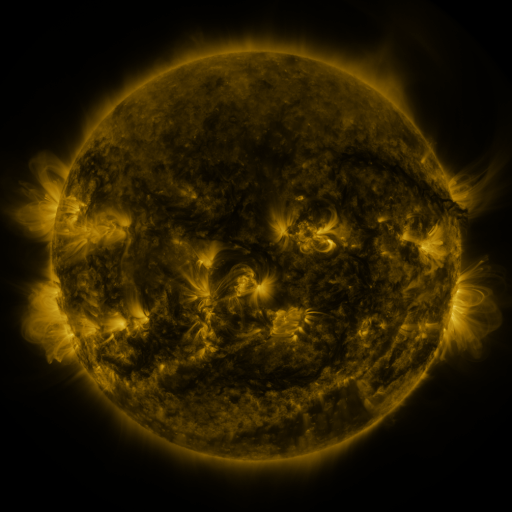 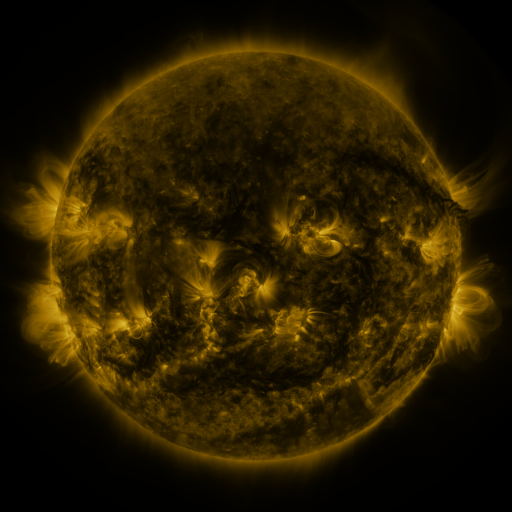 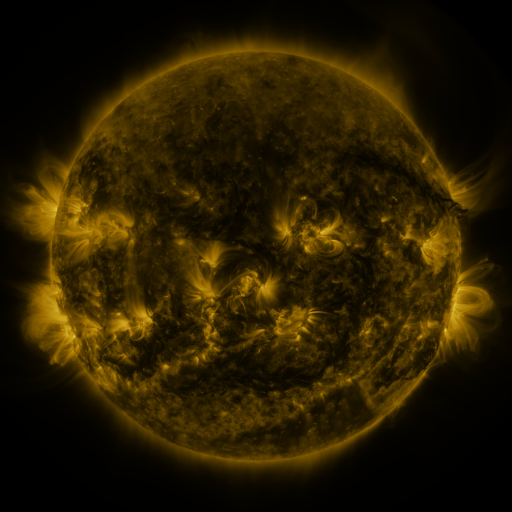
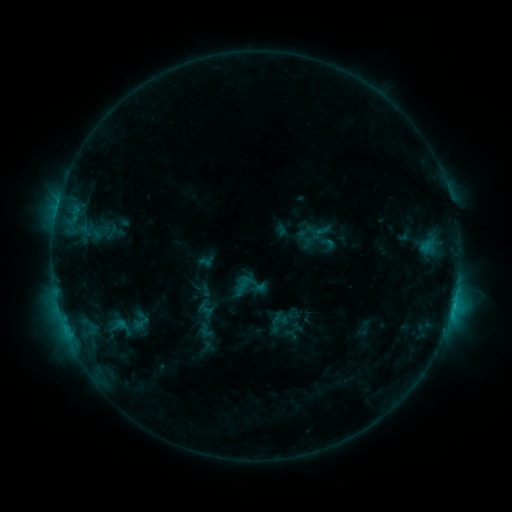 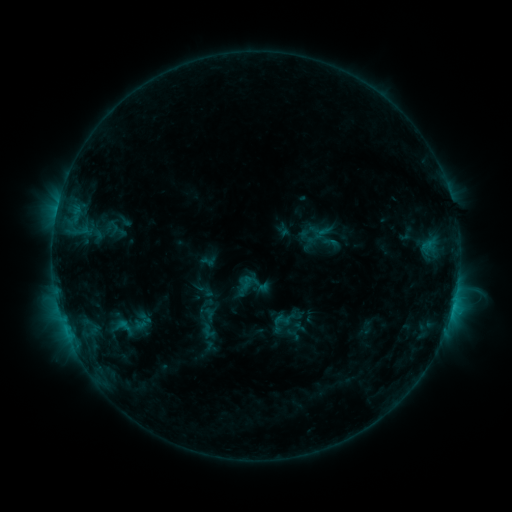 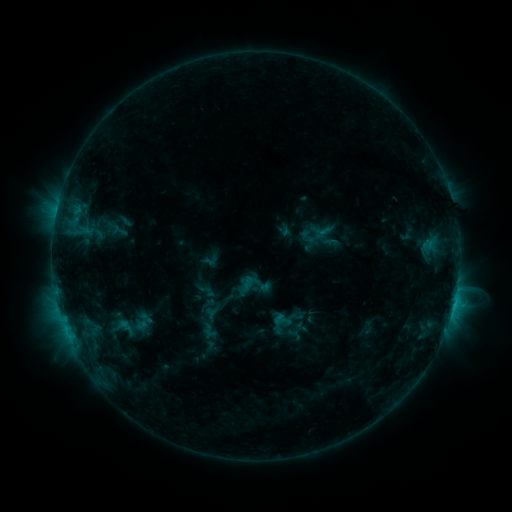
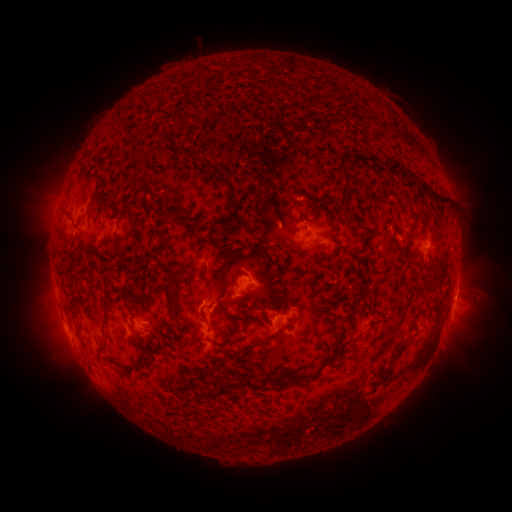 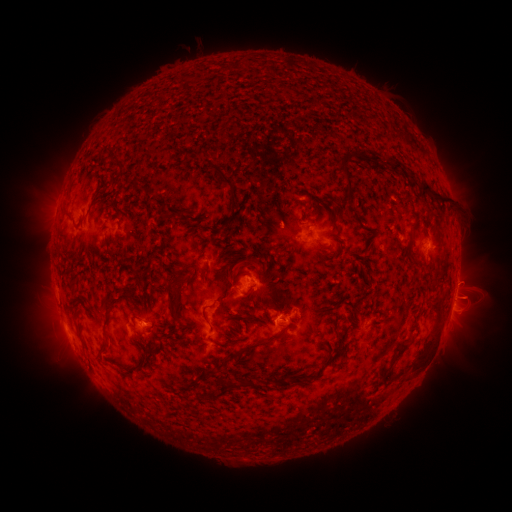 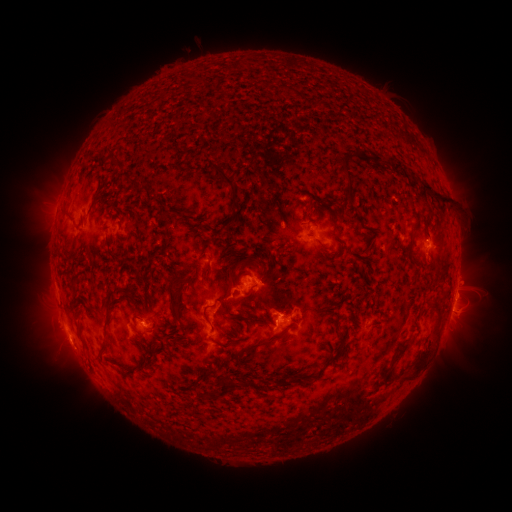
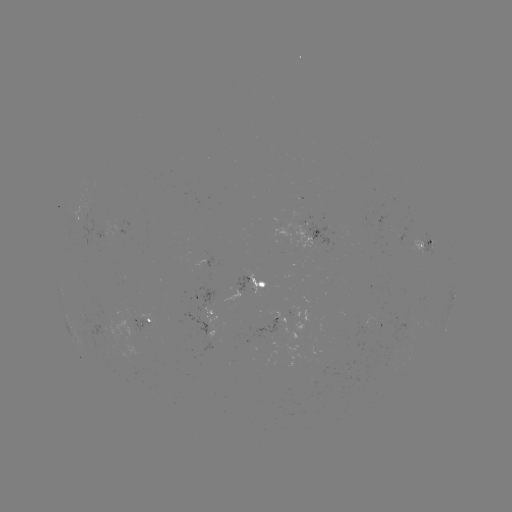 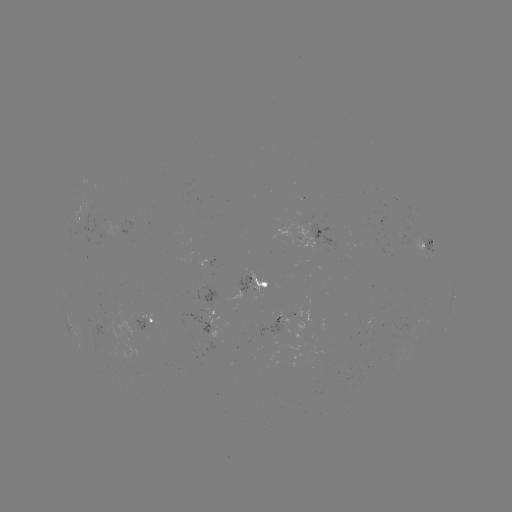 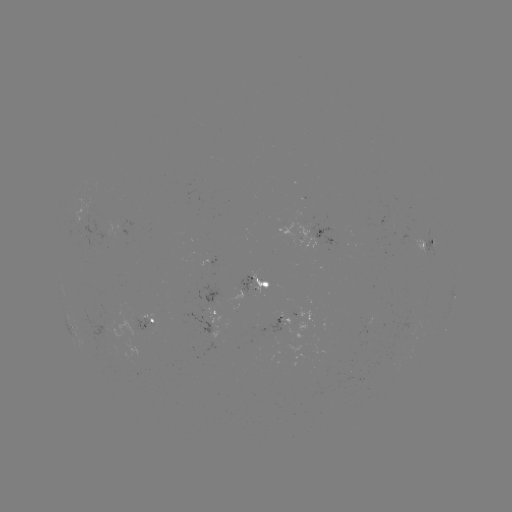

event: emerging-flux region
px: (274, 334)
